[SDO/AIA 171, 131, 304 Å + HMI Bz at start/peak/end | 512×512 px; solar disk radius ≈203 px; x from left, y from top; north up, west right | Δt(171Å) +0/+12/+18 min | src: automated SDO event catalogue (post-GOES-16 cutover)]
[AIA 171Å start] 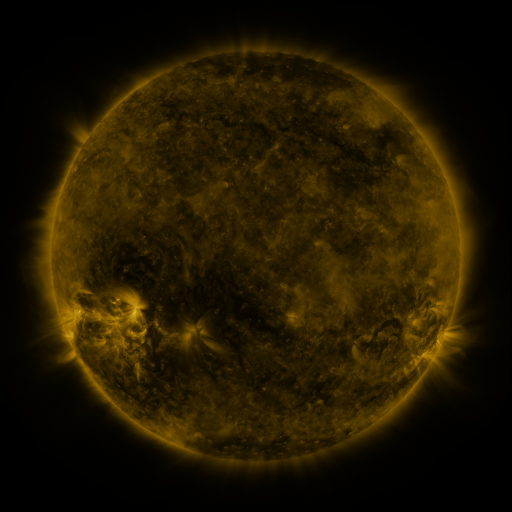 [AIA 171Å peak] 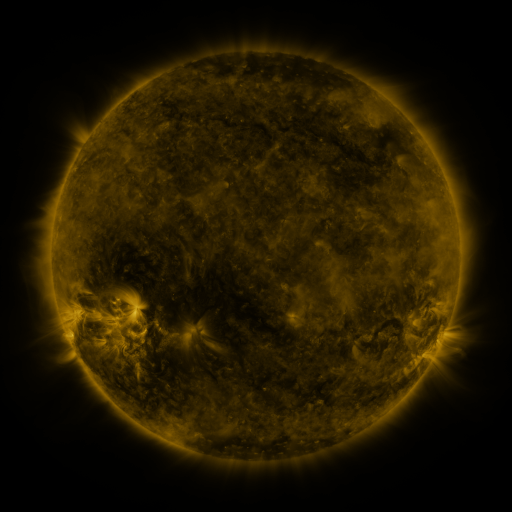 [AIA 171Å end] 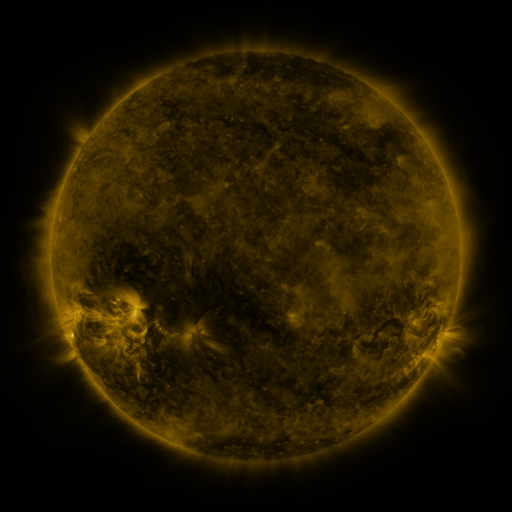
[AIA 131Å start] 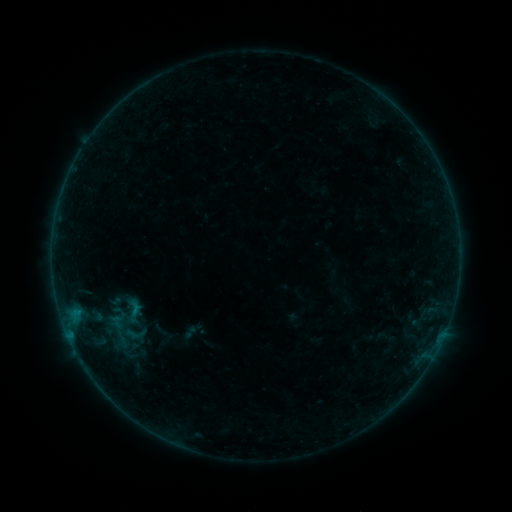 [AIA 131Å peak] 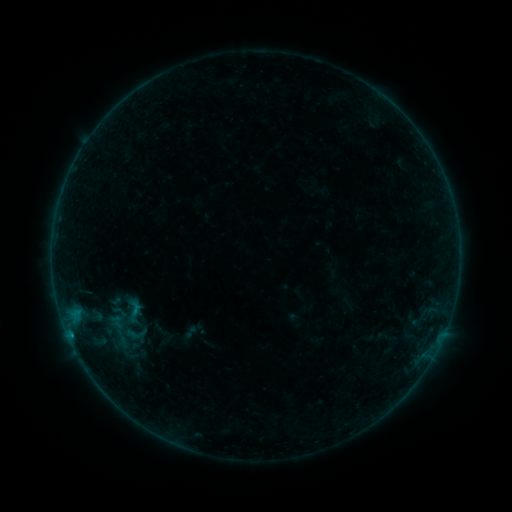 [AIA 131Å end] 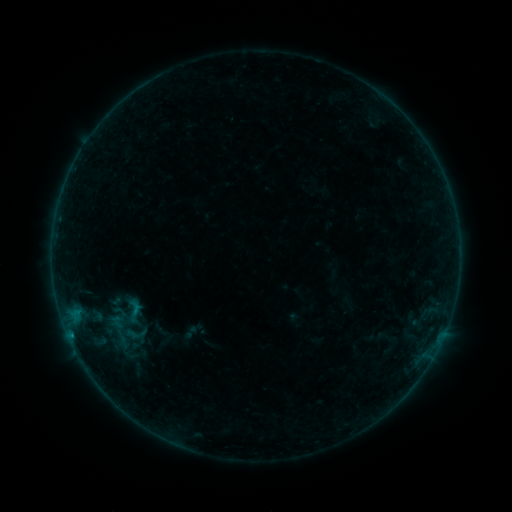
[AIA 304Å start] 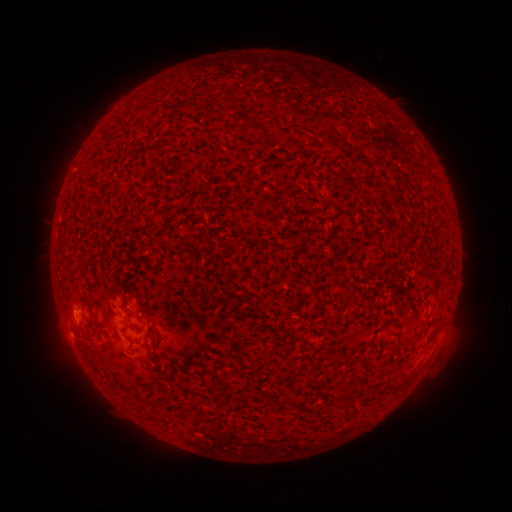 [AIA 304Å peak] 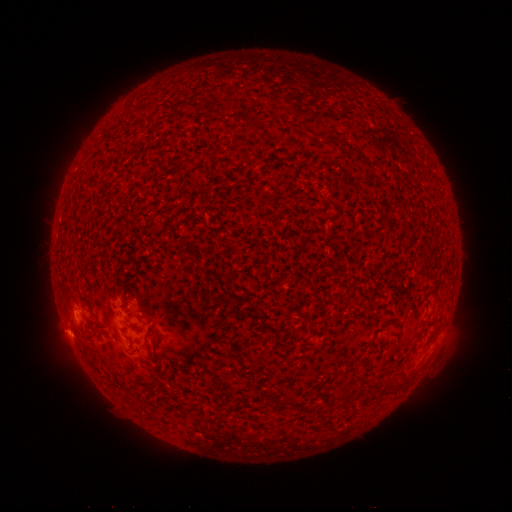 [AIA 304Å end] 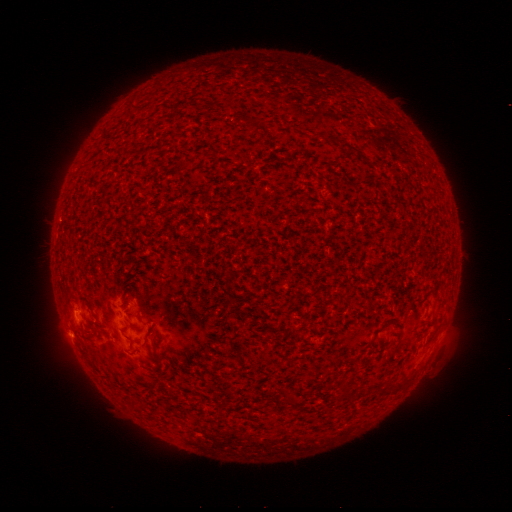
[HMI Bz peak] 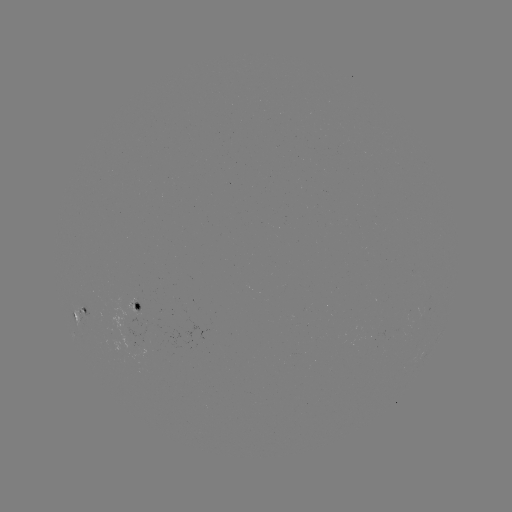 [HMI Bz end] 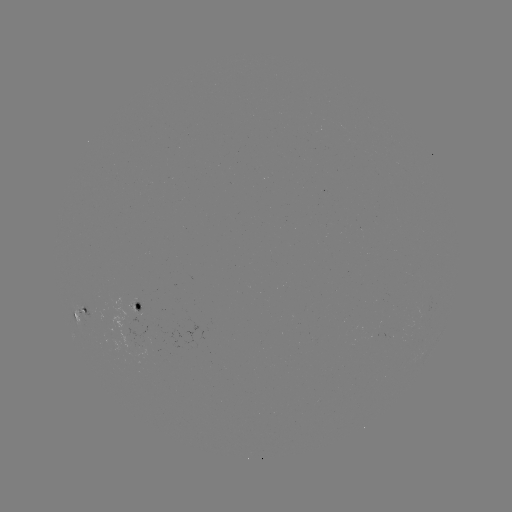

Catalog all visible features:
B2.2 flare: (71, 334)
